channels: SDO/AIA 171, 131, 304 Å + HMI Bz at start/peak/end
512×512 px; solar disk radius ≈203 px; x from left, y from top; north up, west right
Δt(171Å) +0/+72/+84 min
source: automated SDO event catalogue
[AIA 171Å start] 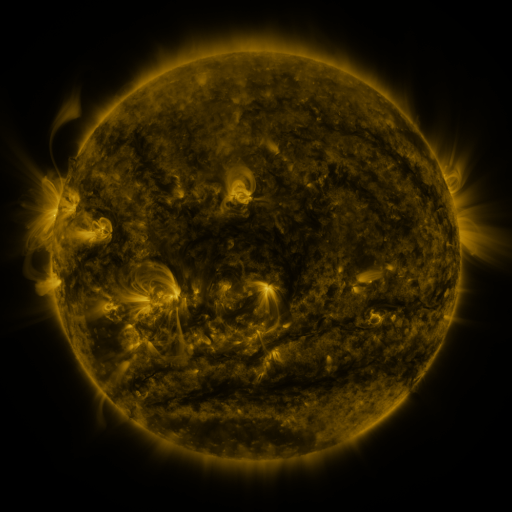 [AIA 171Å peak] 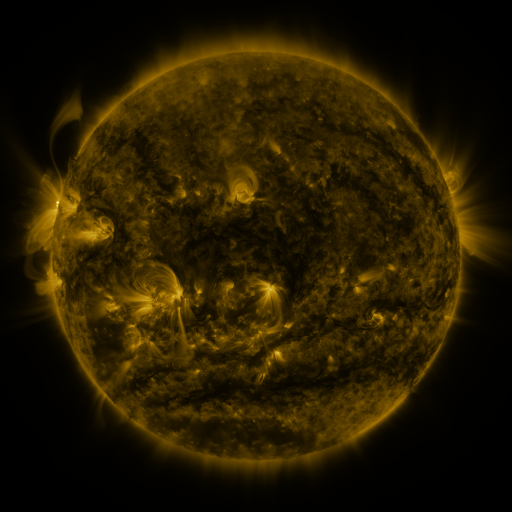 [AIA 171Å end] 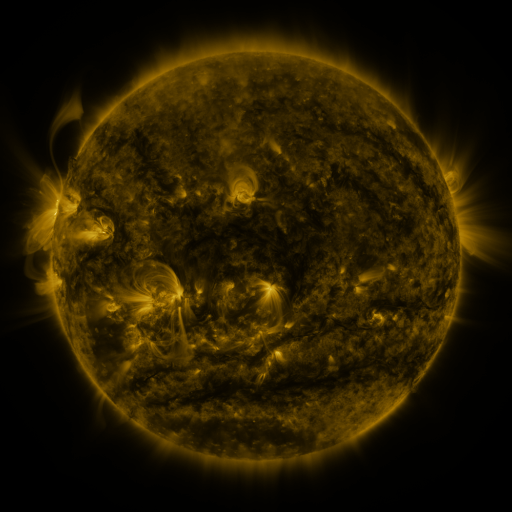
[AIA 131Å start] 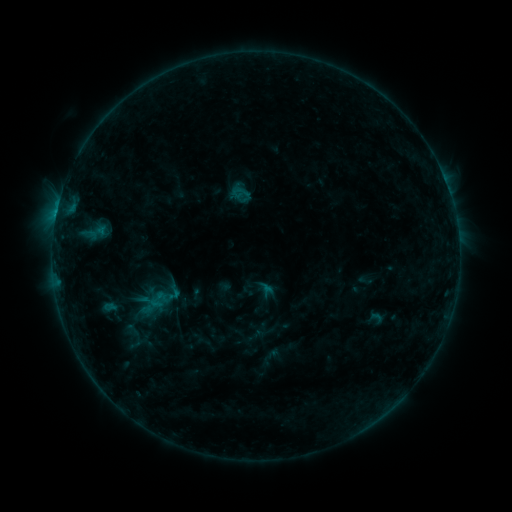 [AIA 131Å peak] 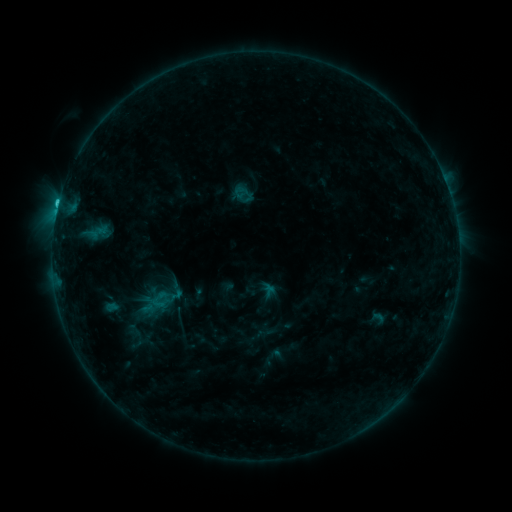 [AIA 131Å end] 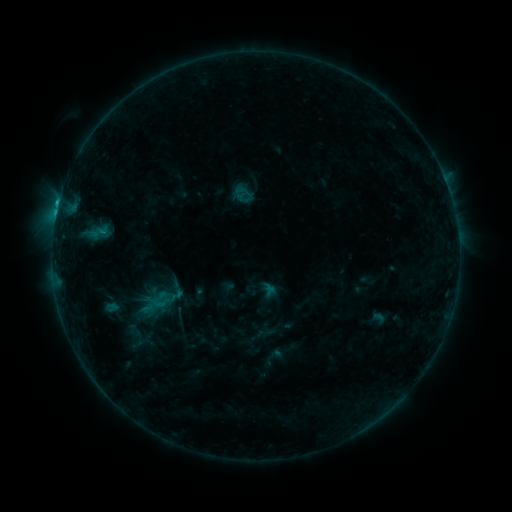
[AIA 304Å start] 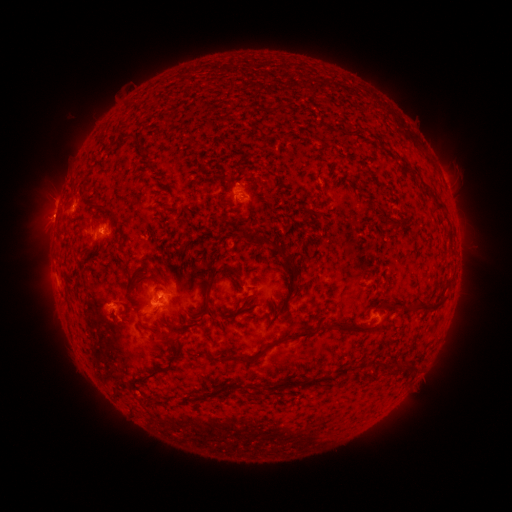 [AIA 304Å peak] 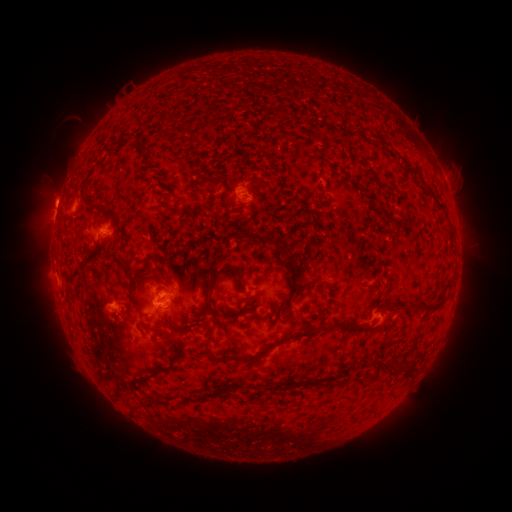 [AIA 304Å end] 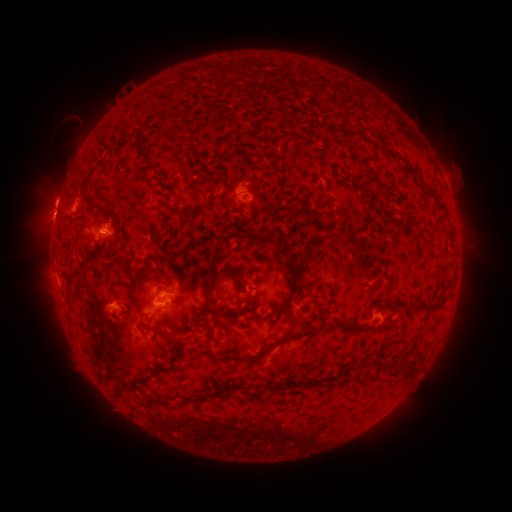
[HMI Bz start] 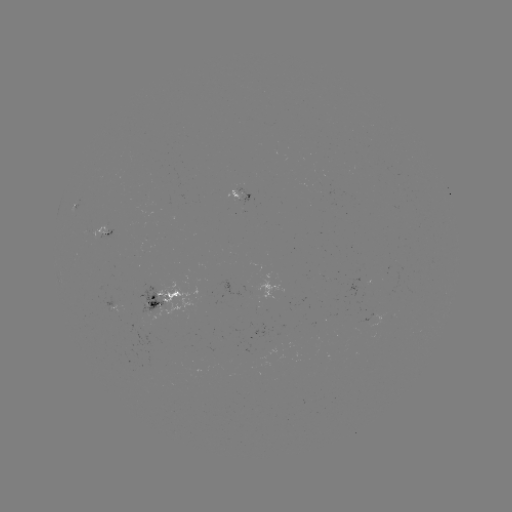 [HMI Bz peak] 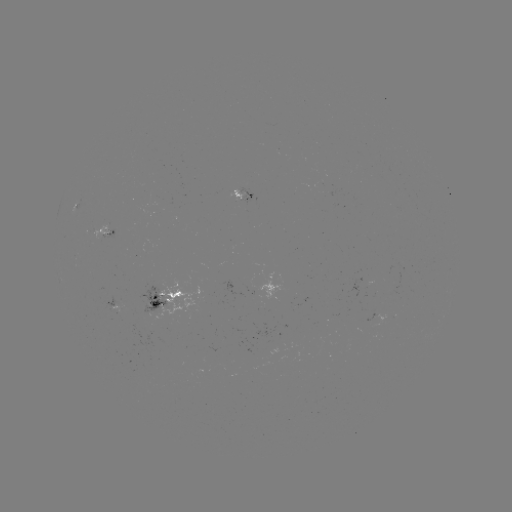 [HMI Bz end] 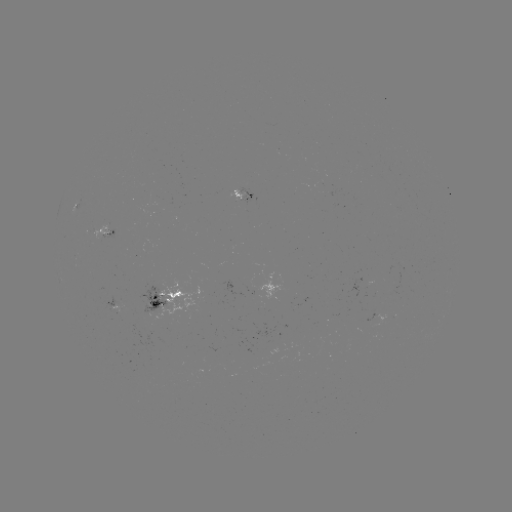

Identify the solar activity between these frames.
emerging-flux region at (94, 230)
